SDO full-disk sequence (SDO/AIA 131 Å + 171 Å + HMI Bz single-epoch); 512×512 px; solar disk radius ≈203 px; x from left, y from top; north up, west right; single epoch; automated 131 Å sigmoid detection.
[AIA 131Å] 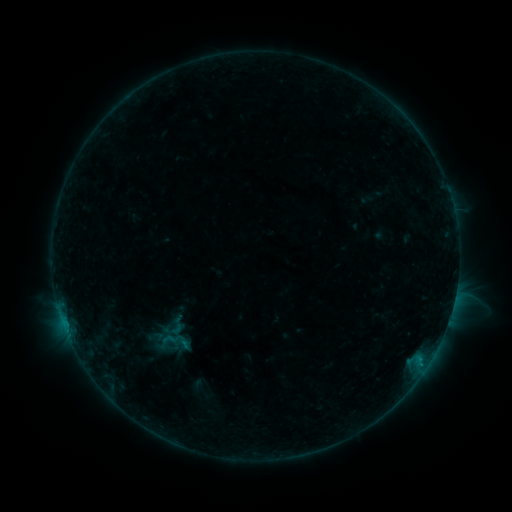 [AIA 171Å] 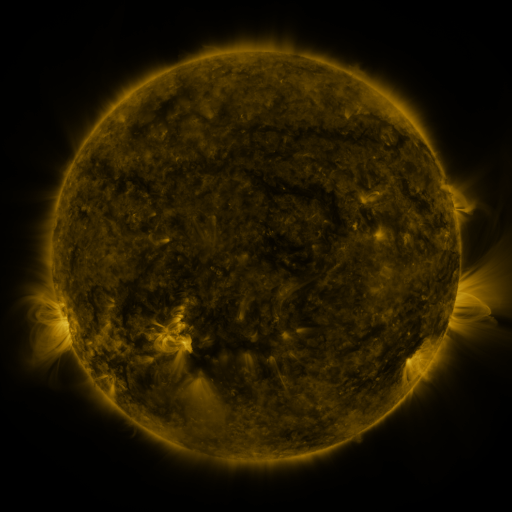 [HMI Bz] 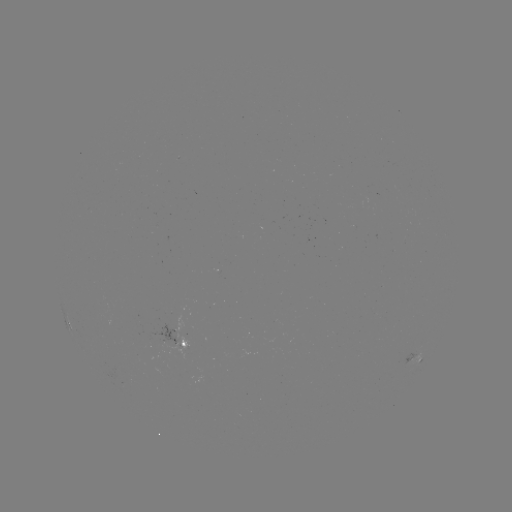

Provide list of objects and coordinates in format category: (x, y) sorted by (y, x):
sigmoid: (176, 326)
